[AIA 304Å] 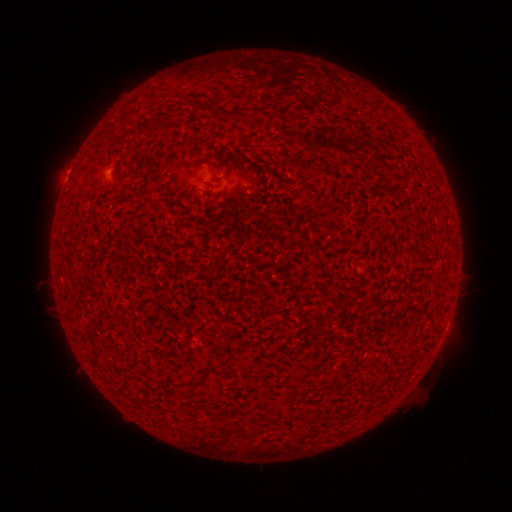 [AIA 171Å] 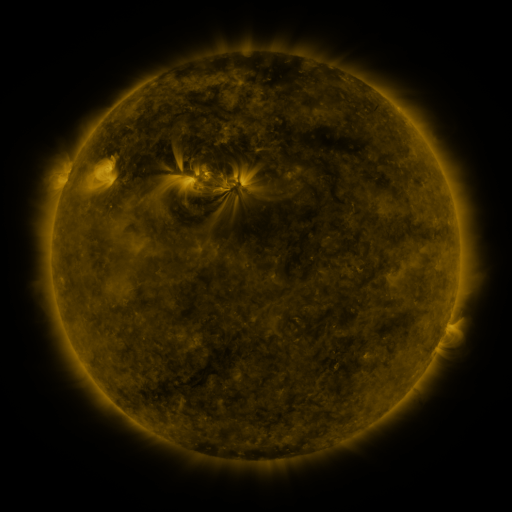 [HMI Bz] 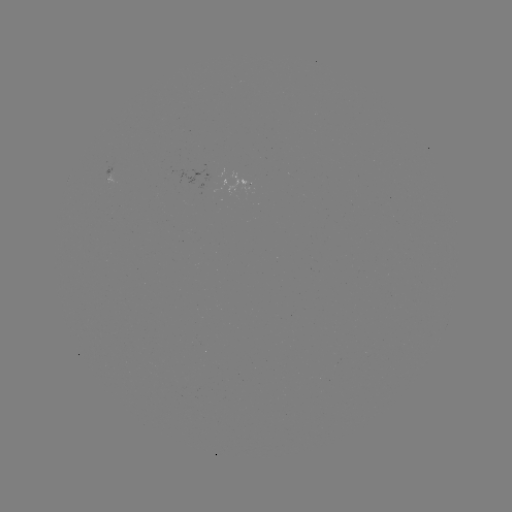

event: spotted active region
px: (443, 333)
